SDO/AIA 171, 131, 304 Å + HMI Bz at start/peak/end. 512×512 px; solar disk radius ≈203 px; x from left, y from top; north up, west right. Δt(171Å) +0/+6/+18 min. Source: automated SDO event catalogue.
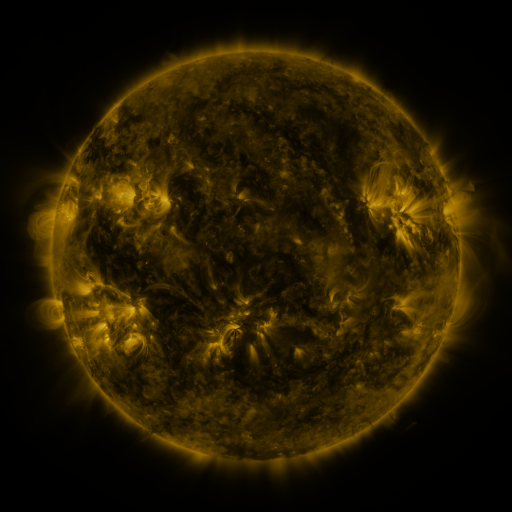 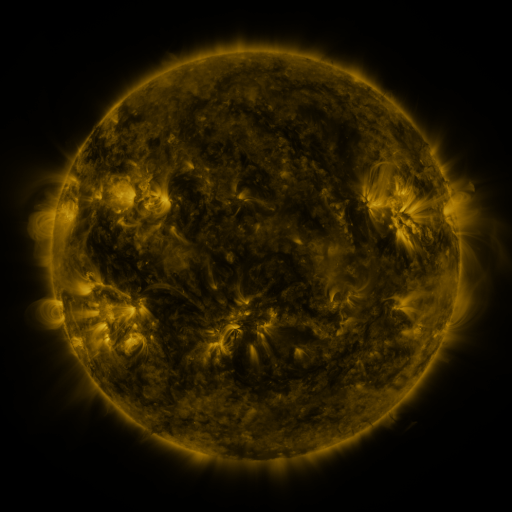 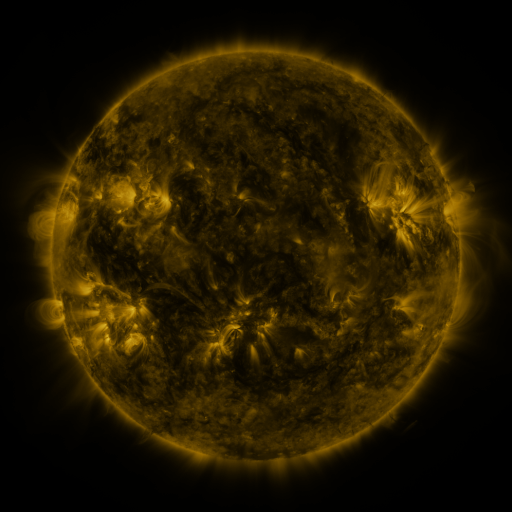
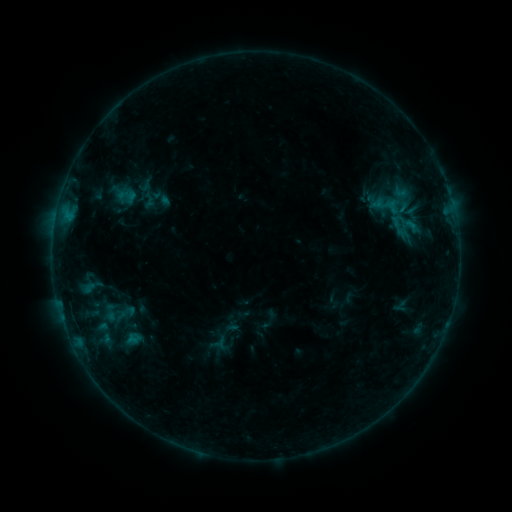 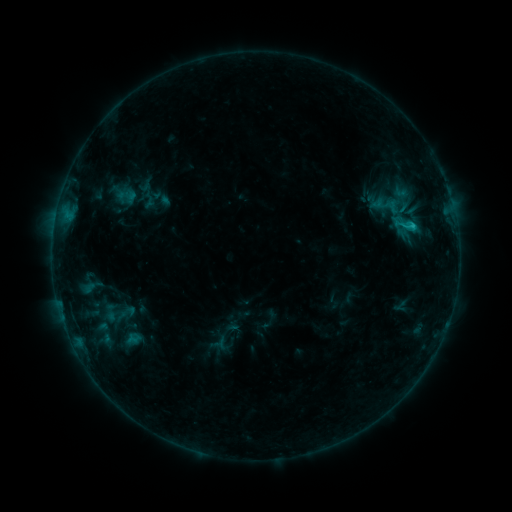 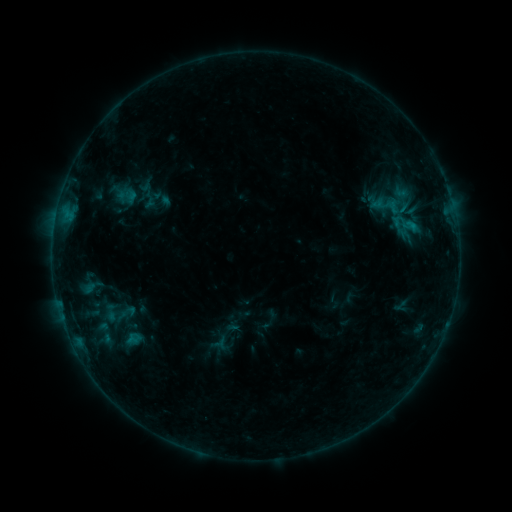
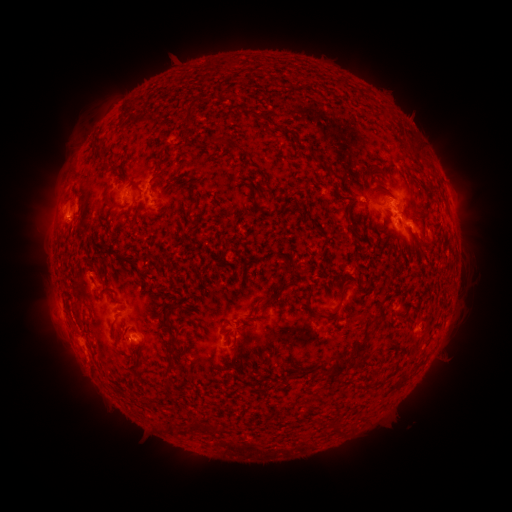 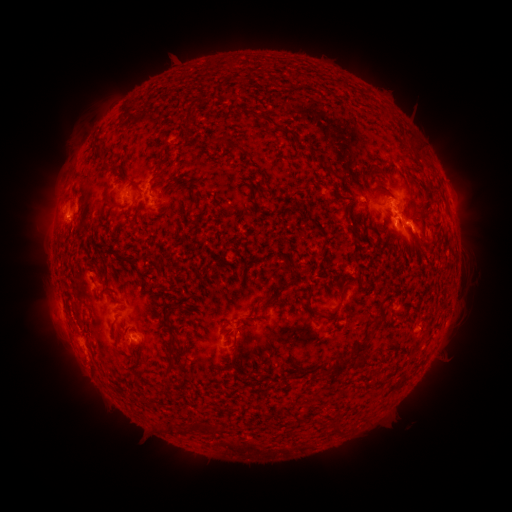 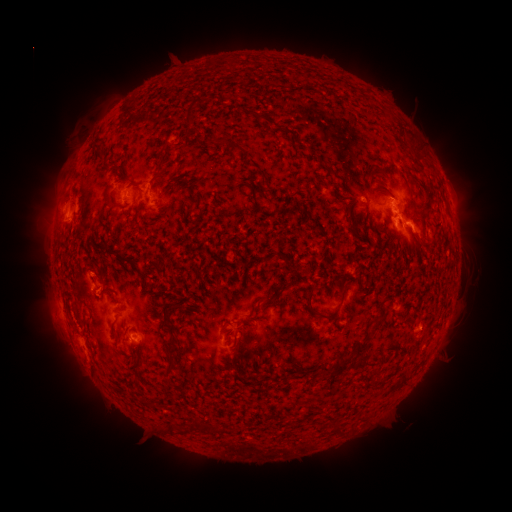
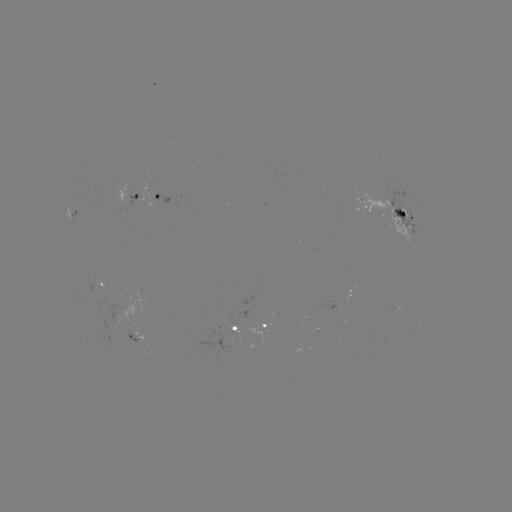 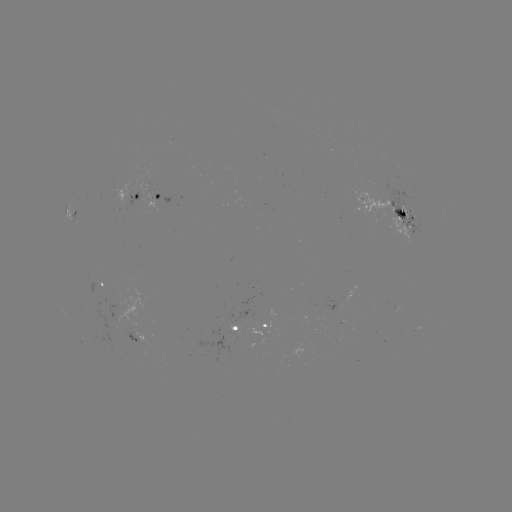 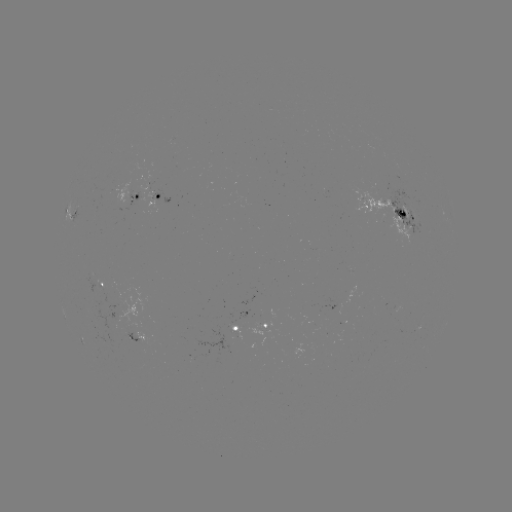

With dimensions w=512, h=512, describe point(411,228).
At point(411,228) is B9.2 flare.